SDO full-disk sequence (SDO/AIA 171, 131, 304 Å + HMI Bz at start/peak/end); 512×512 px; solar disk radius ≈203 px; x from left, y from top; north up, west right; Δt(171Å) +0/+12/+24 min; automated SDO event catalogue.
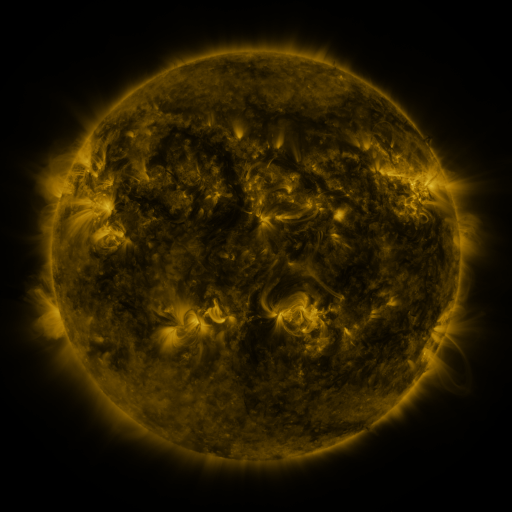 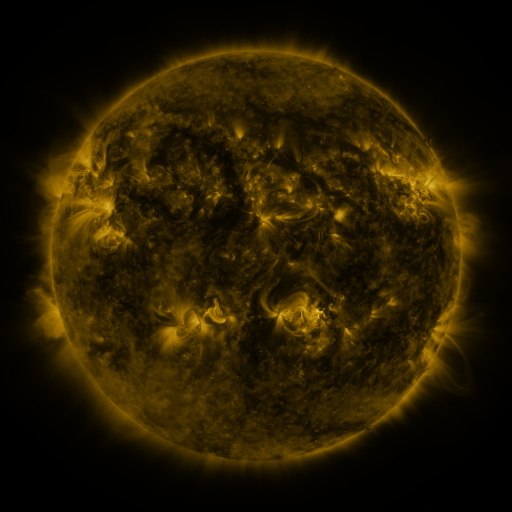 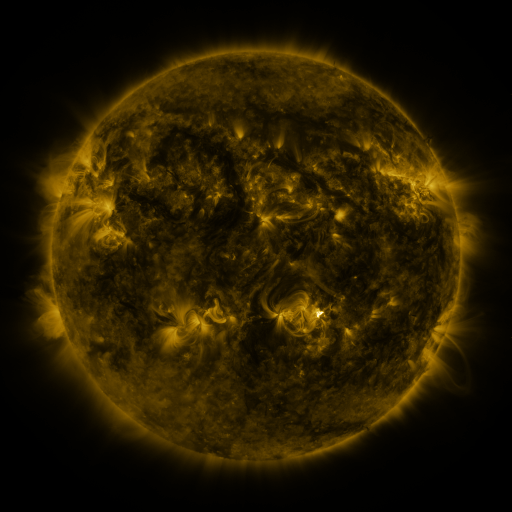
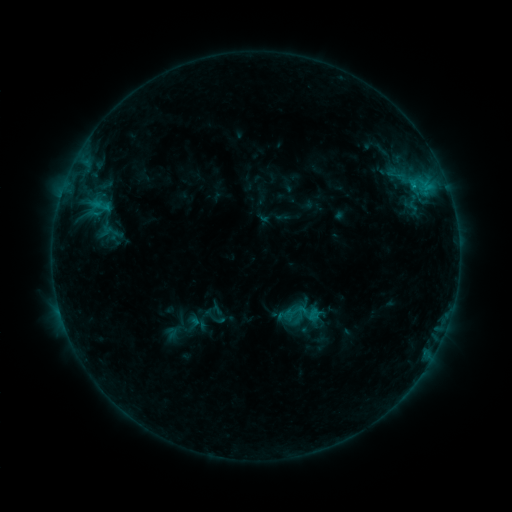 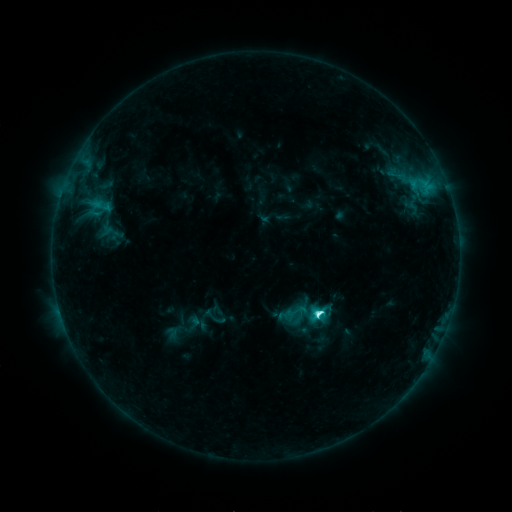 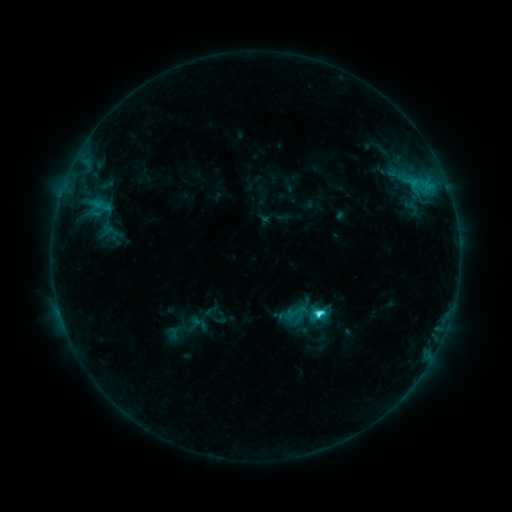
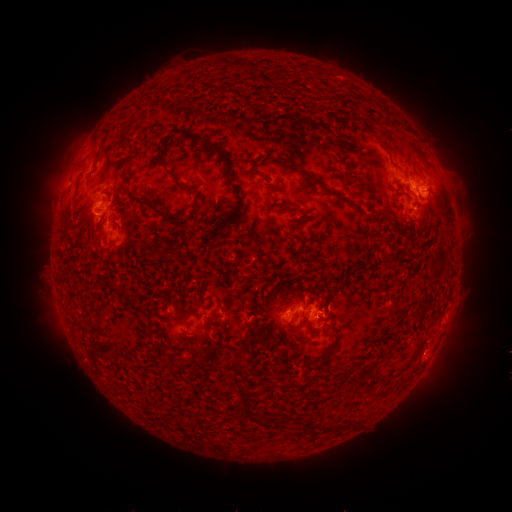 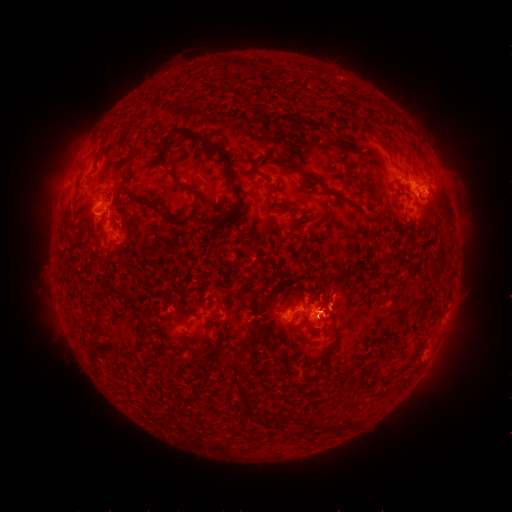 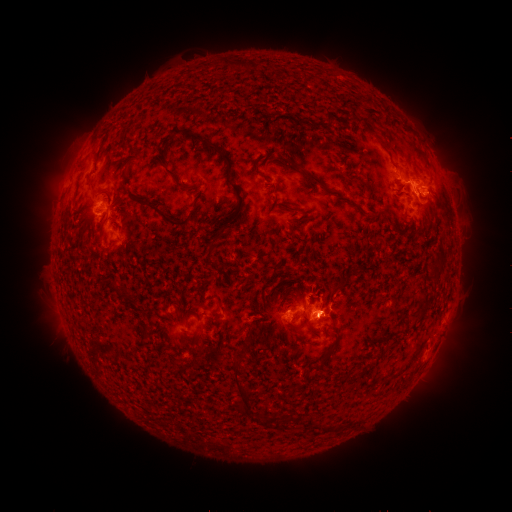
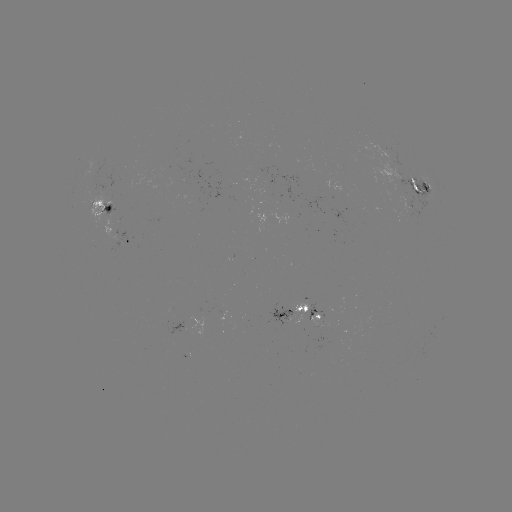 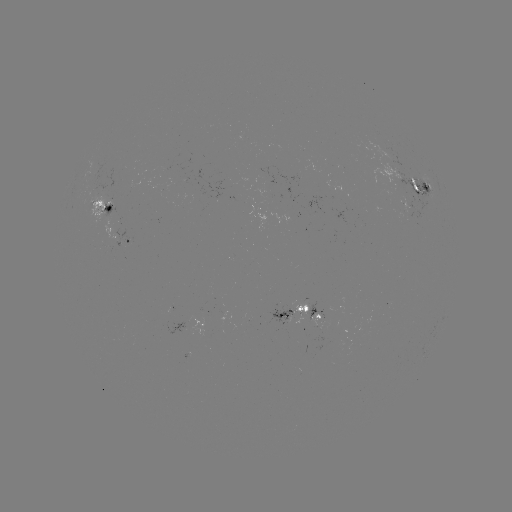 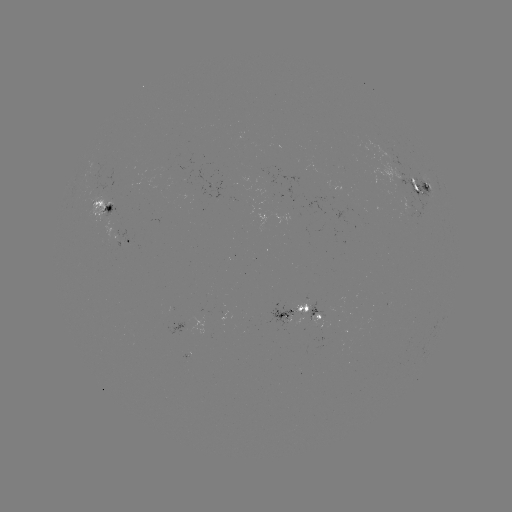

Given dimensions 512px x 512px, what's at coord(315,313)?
C5.4 flare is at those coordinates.